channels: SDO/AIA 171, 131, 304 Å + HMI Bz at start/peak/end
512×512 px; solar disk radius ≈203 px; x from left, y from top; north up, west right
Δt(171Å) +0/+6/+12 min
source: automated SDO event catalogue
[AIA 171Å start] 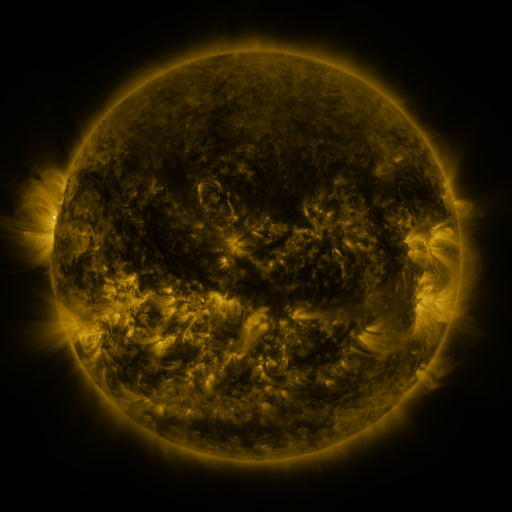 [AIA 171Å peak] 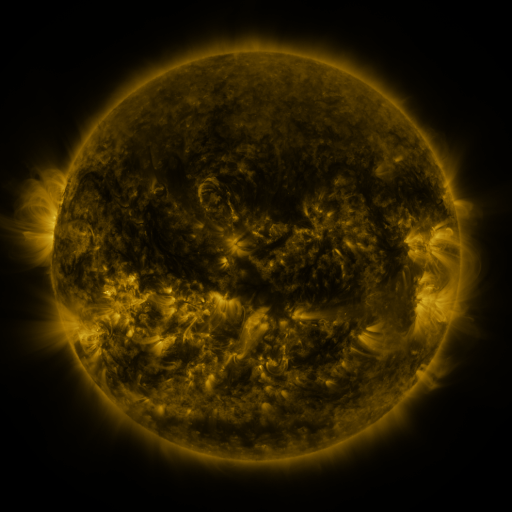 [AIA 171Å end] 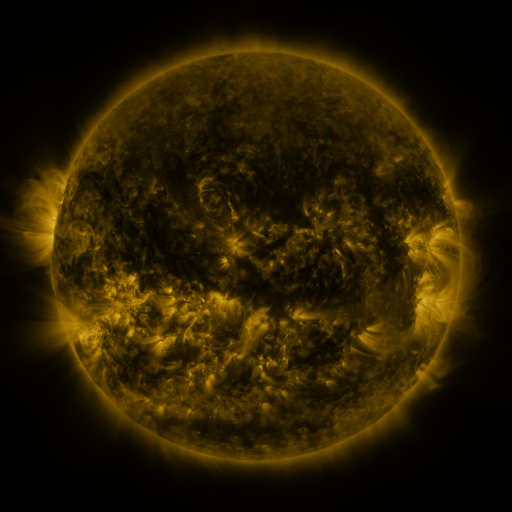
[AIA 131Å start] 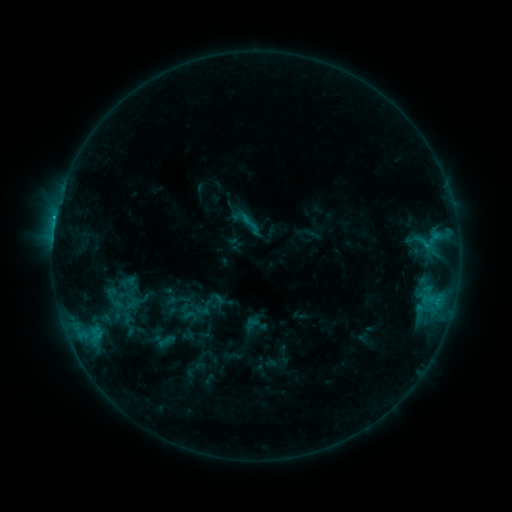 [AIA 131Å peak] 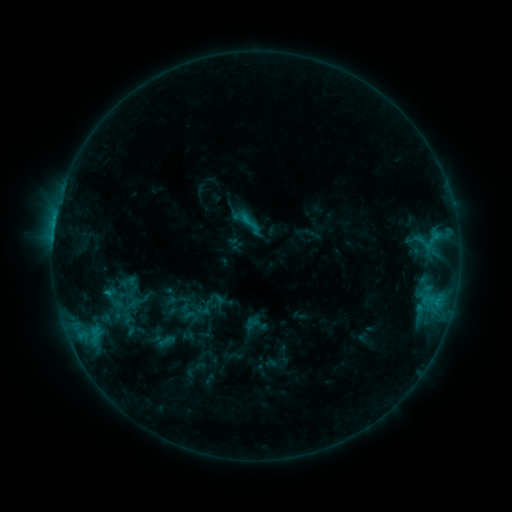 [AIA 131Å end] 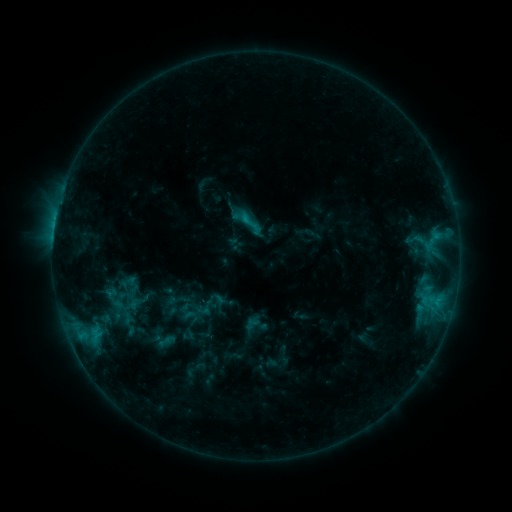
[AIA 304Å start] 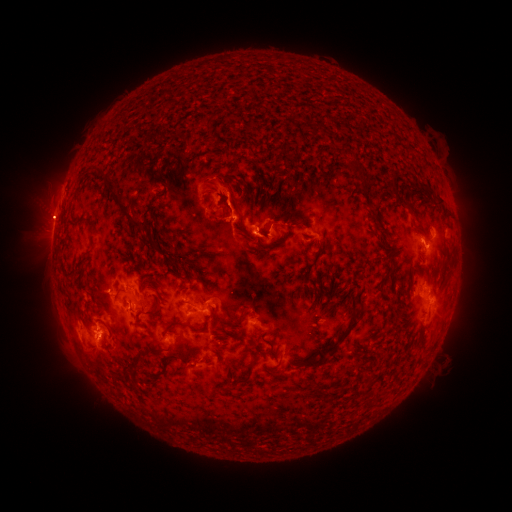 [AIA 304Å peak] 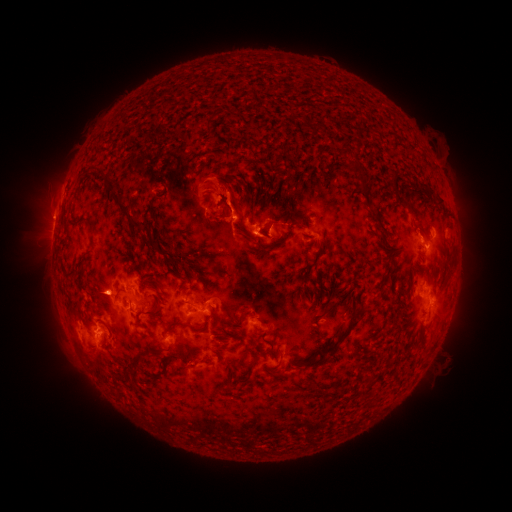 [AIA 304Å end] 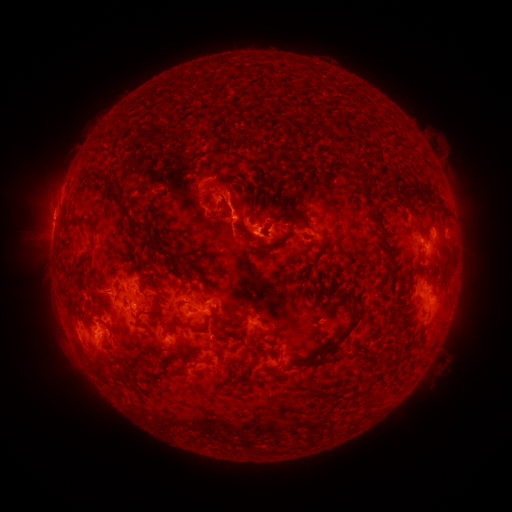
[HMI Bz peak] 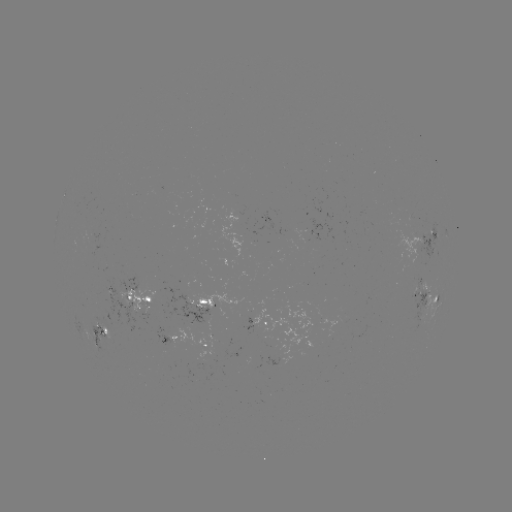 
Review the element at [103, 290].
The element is eruption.